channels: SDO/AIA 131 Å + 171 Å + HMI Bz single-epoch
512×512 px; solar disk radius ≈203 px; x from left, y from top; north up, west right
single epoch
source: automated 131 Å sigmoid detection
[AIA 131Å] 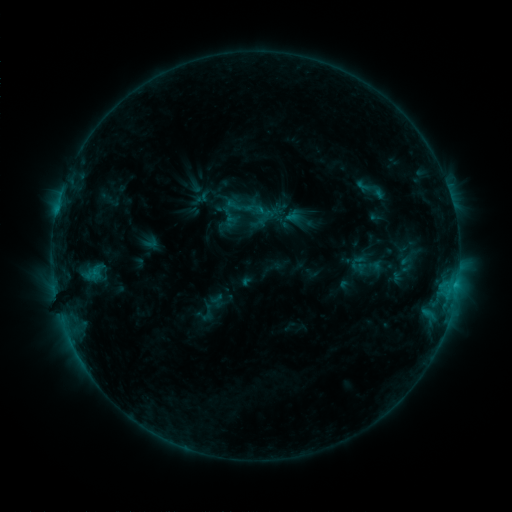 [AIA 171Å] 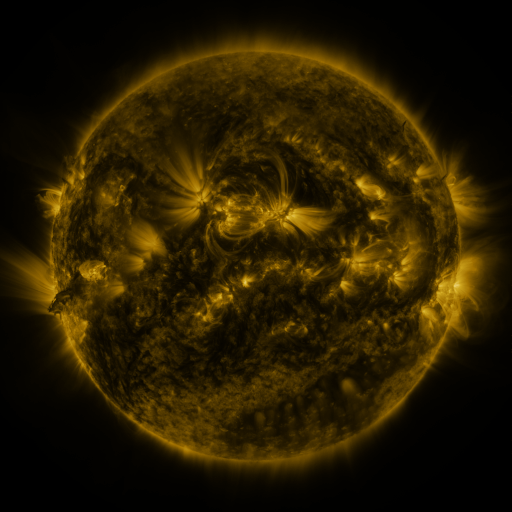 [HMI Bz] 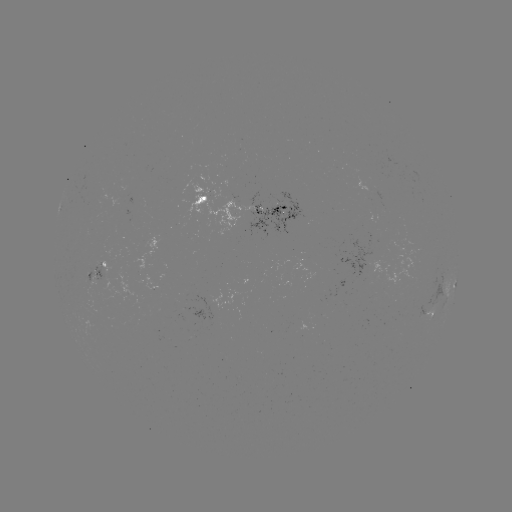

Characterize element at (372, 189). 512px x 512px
sigmoid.